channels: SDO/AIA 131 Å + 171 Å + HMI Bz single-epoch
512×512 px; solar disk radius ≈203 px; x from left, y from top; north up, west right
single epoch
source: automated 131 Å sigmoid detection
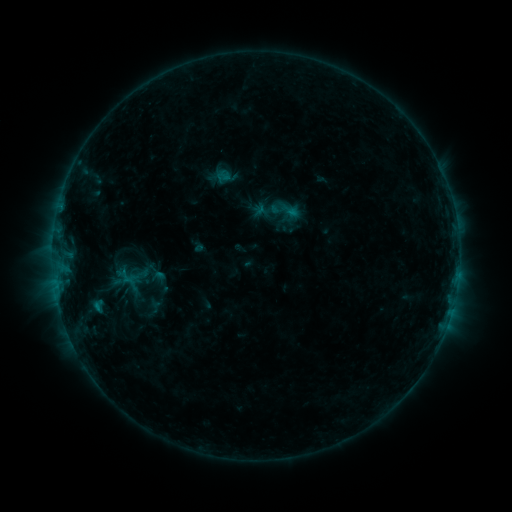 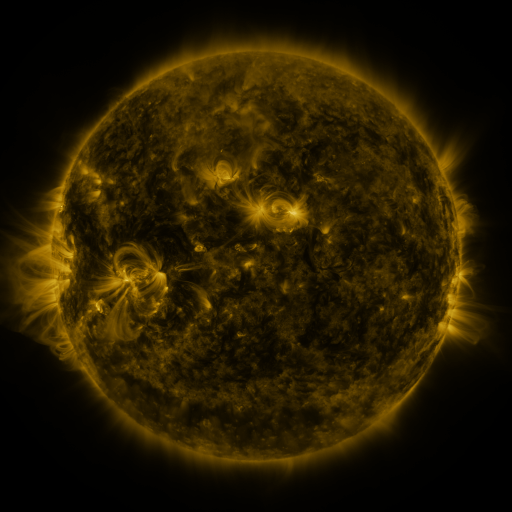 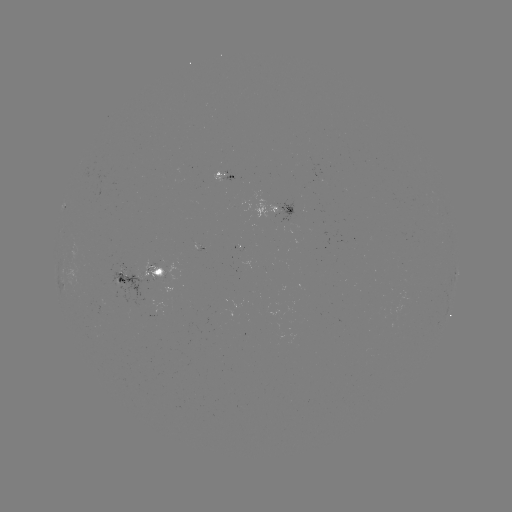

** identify sigmoid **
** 159,278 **